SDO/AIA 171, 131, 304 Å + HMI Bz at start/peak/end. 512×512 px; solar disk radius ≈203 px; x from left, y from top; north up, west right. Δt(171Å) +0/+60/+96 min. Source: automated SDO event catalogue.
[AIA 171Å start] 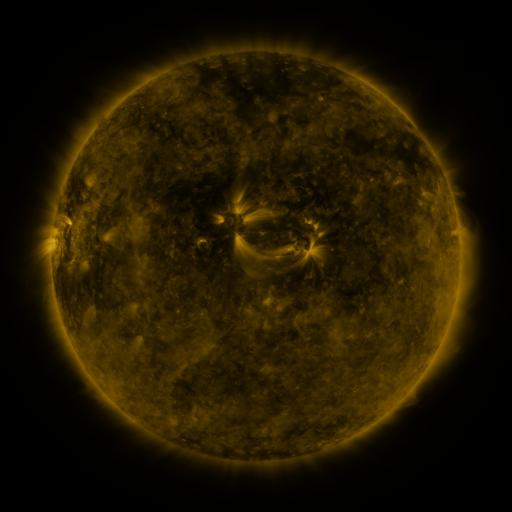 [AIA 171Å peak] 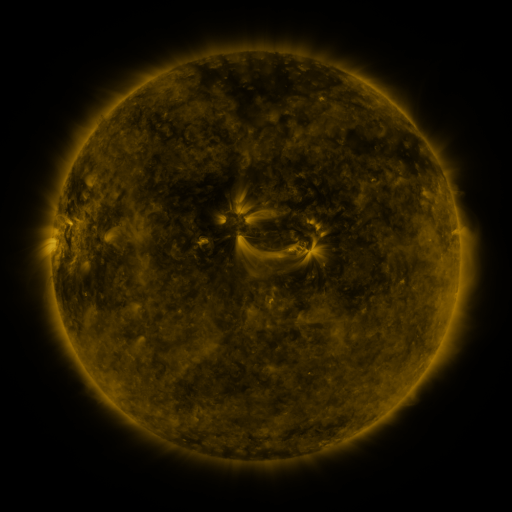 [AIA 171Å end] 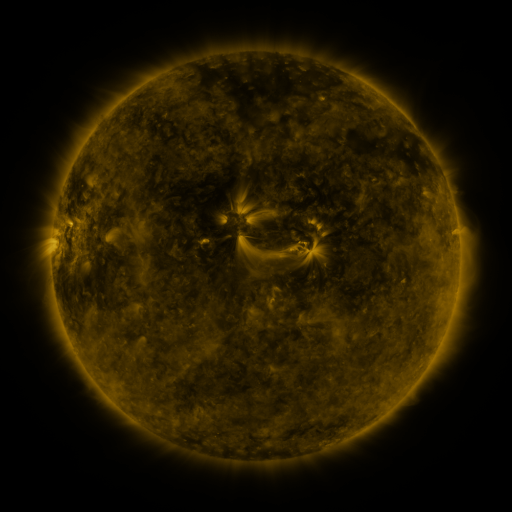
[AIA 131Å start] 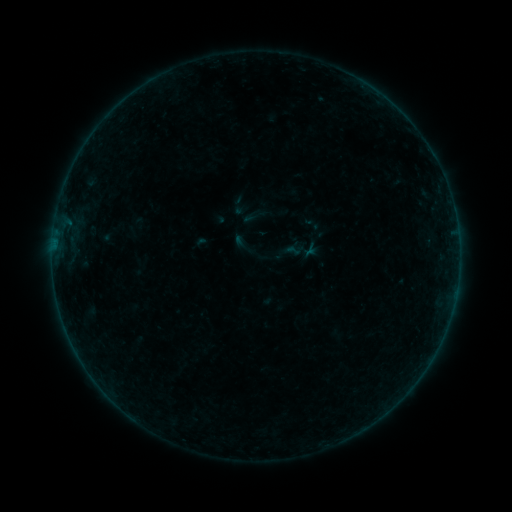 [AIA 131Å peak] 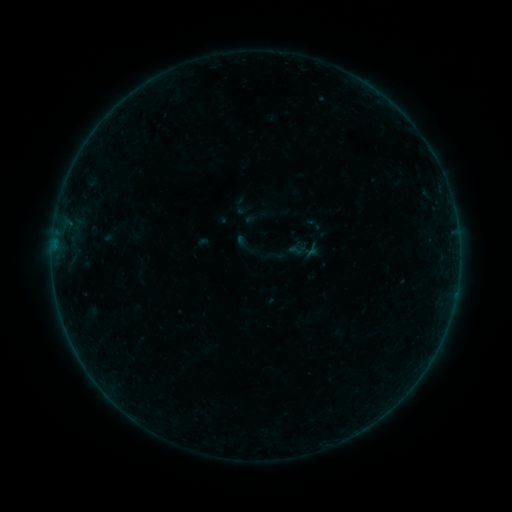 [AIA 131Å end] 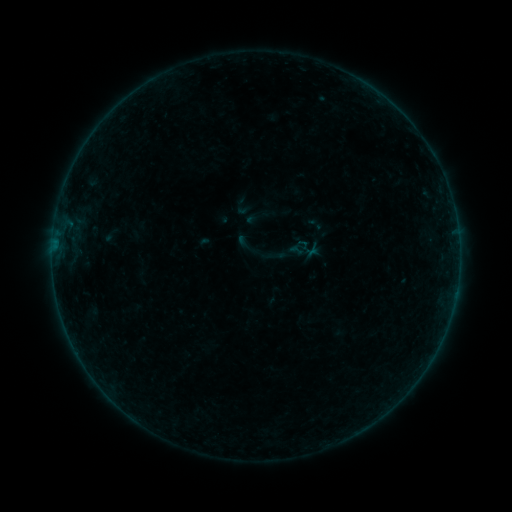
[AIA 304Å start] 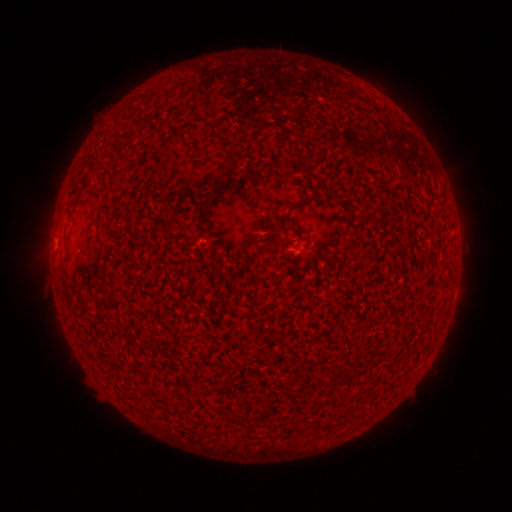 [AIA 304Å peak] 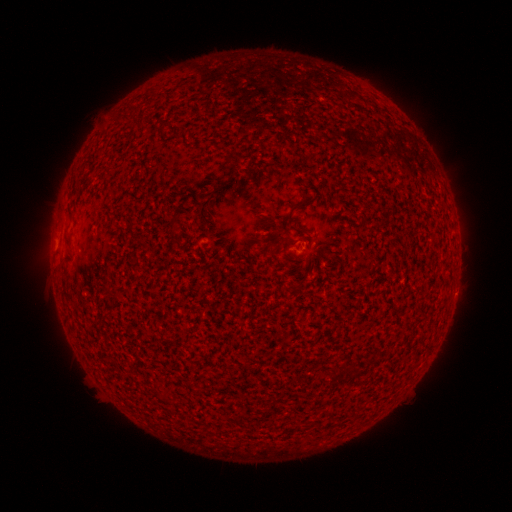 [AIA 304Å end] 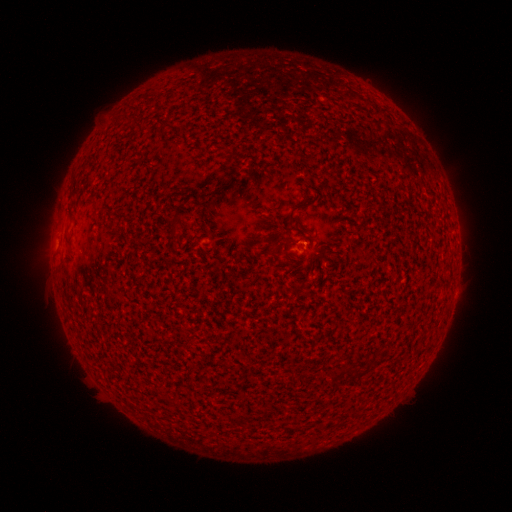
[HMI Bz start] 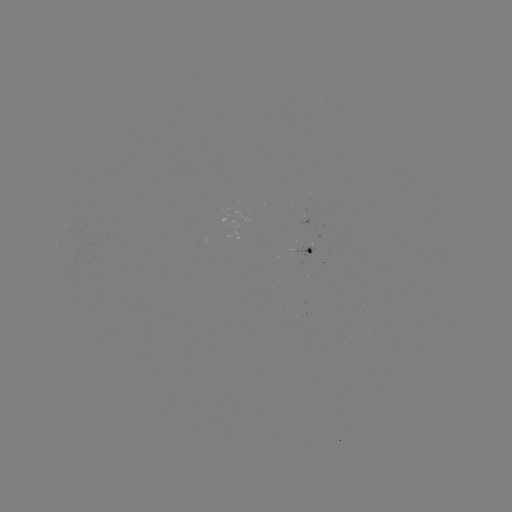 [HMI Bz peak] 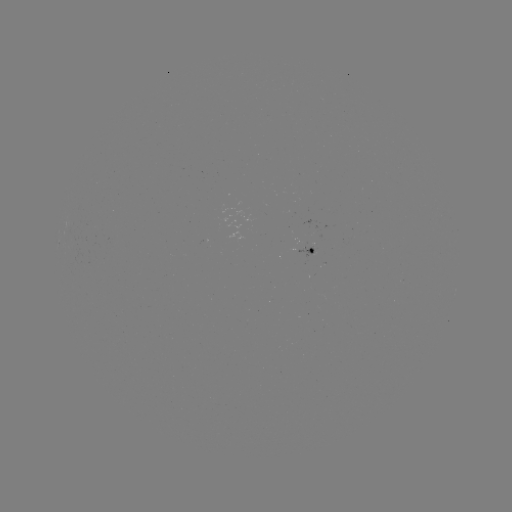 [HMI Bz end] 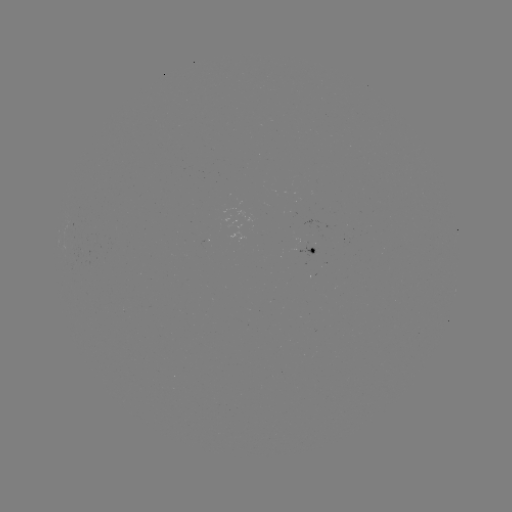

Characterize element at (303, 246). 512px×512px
emerging-flux region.